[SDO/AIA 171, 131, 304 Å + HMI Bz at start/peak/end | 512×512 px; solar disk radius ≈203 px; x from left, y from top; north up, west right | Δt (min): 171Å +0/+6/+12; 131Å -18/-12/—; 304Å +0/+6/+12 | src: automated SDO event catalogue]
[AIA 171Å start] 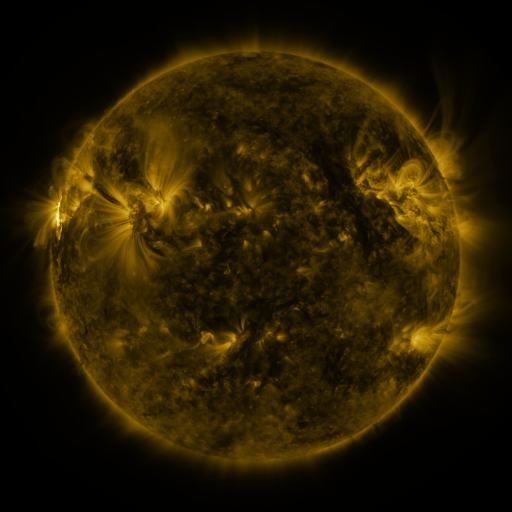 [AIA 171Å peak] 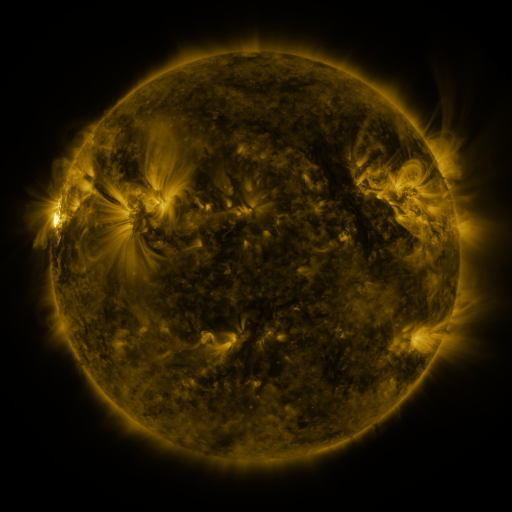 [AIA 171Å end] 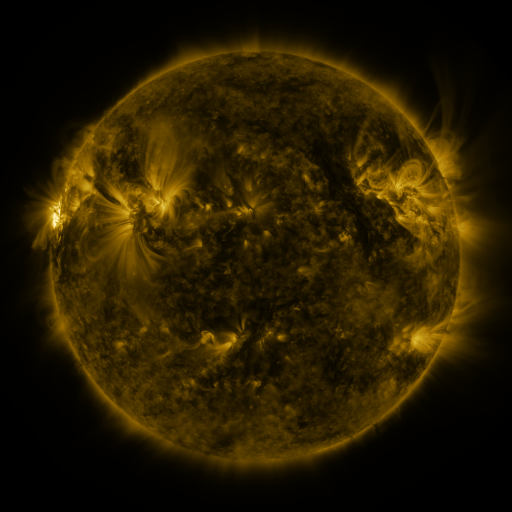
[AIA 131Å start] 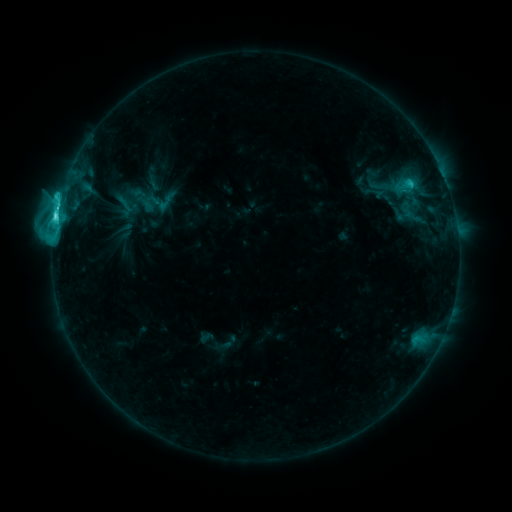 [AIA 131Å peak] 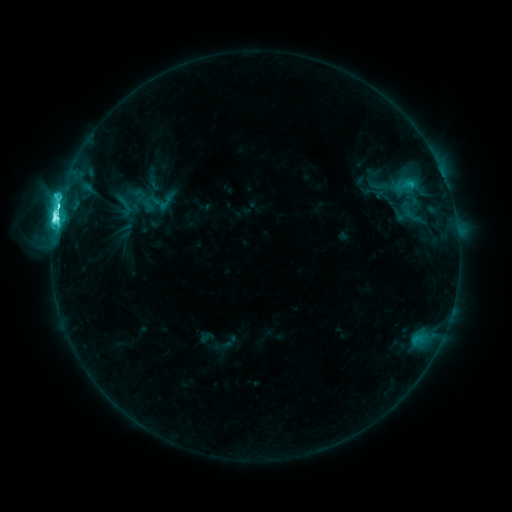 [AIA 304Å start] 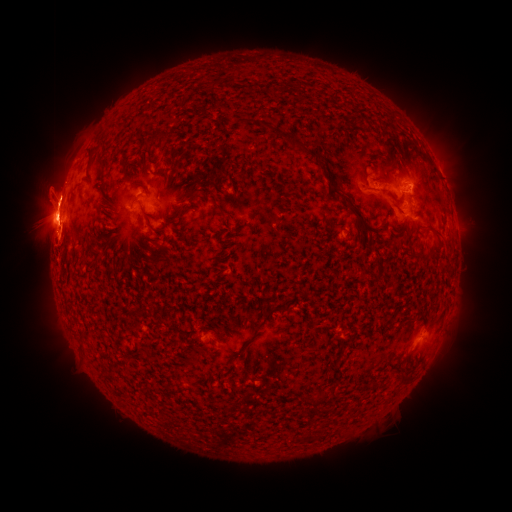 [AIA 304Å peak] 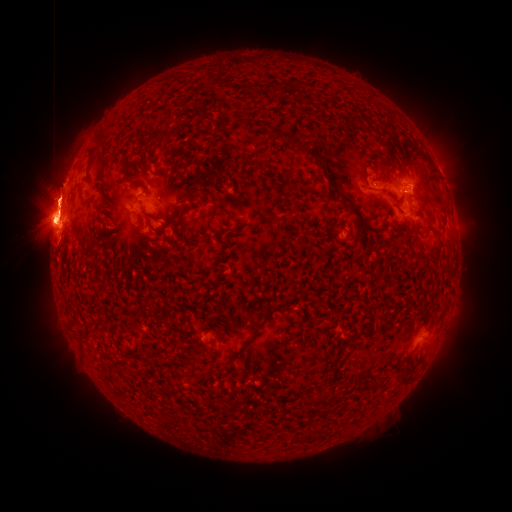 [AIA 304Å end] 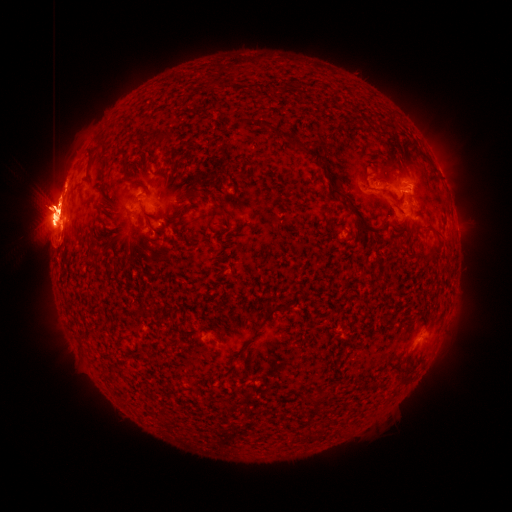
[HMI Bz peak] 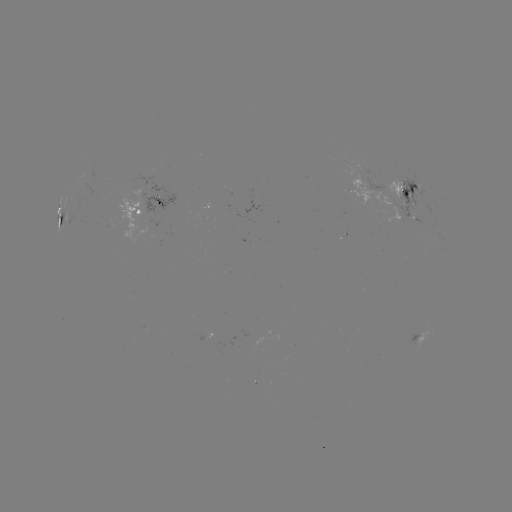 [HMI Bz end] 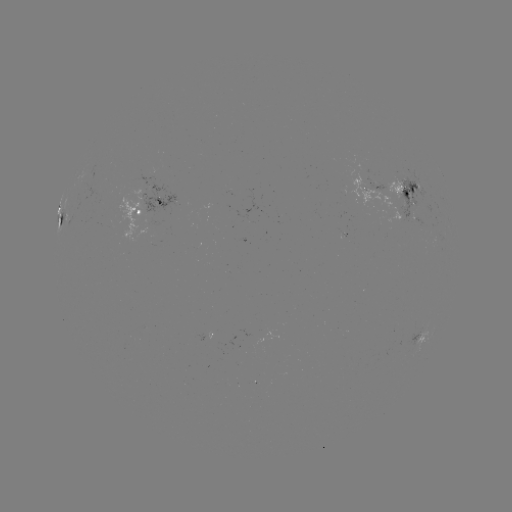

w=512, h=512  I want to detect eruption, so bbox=[465, 182, 496, 231].